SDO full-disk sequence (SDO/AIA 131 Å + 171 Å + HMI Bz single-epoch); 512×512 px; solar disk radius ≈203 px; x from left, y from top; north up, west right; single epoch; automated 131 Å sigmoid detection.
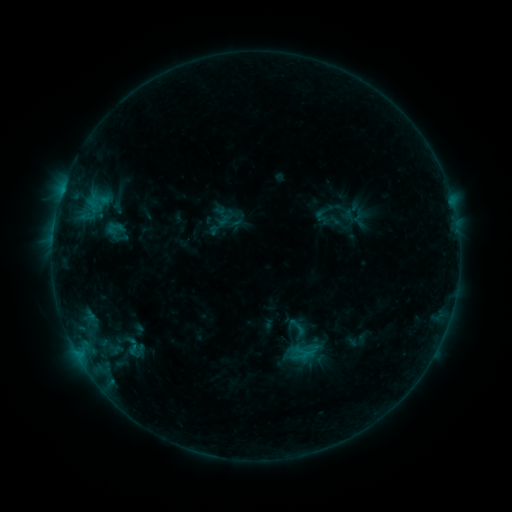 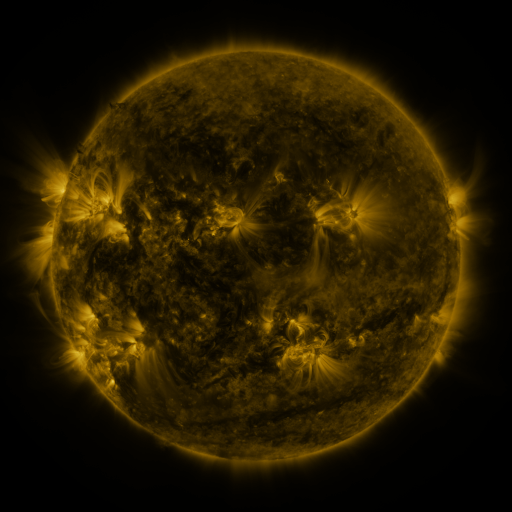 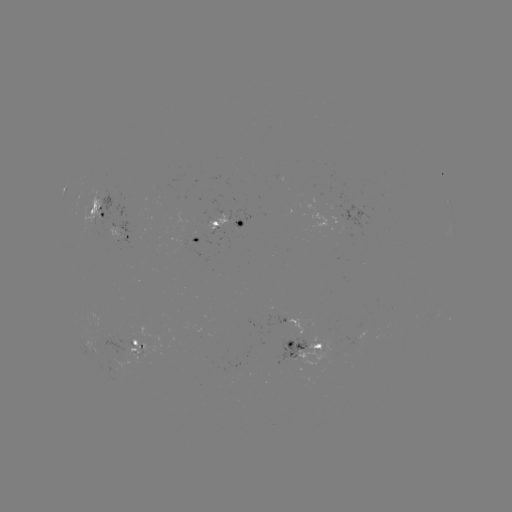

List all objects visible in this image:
sigmoid: <bbox>280, 322, 328, 370</bbox>
sigmoid: <bbox>117, 336, 148, 357</bbox>
